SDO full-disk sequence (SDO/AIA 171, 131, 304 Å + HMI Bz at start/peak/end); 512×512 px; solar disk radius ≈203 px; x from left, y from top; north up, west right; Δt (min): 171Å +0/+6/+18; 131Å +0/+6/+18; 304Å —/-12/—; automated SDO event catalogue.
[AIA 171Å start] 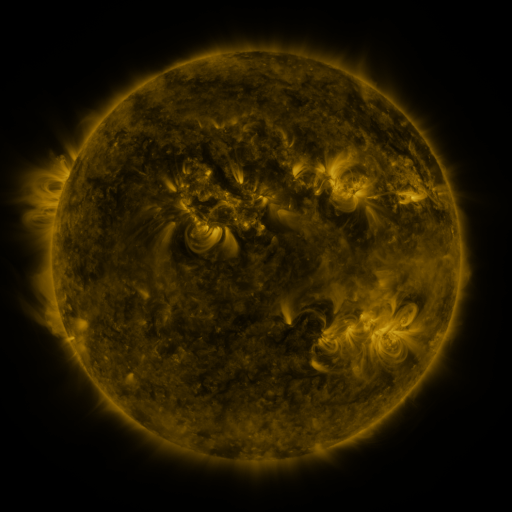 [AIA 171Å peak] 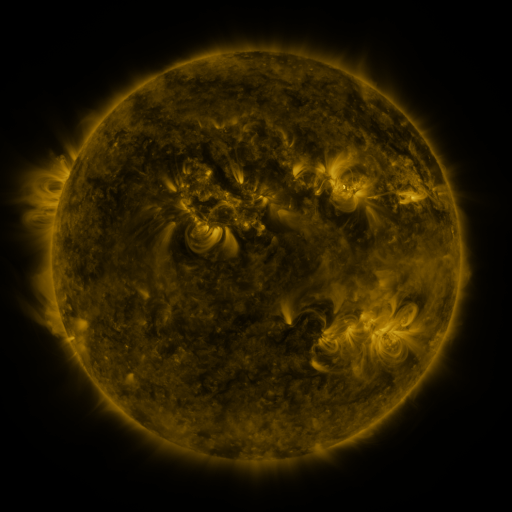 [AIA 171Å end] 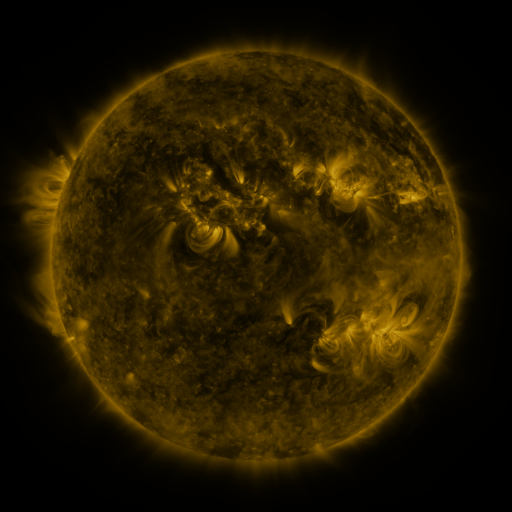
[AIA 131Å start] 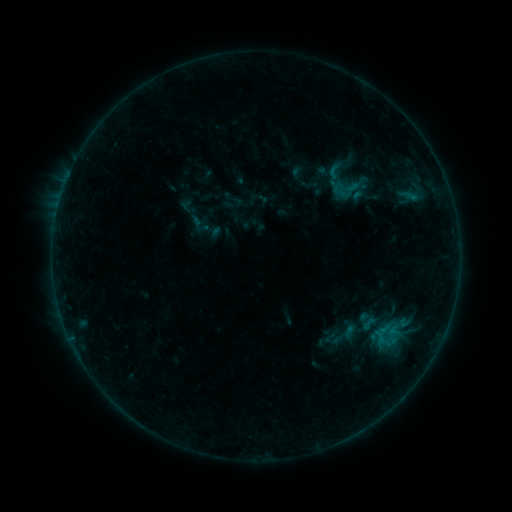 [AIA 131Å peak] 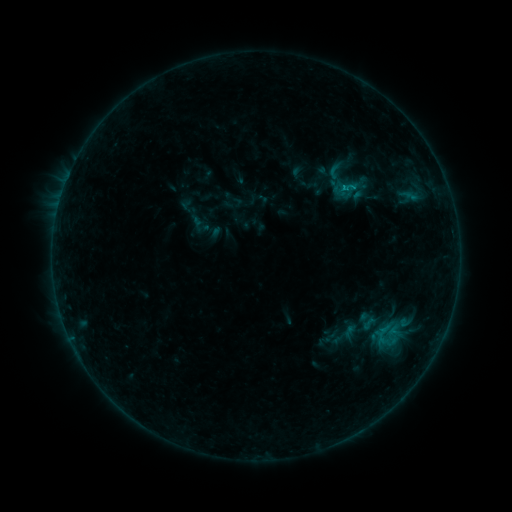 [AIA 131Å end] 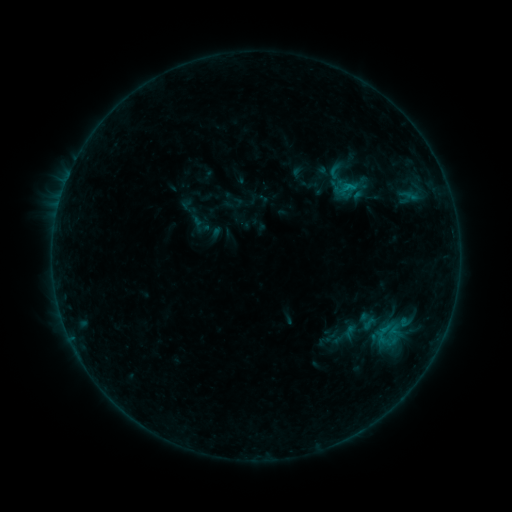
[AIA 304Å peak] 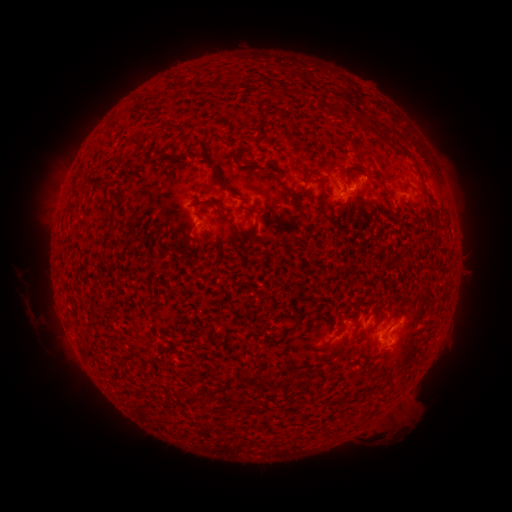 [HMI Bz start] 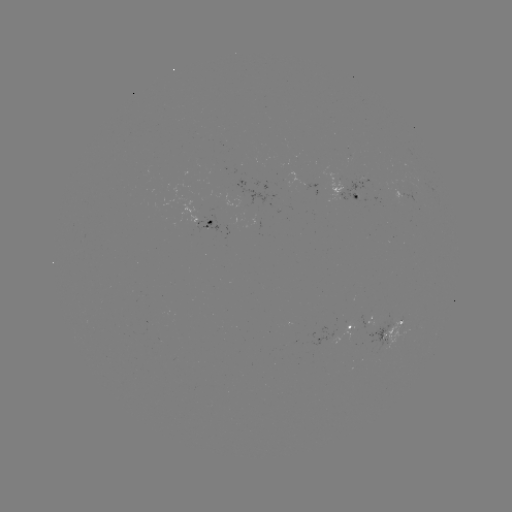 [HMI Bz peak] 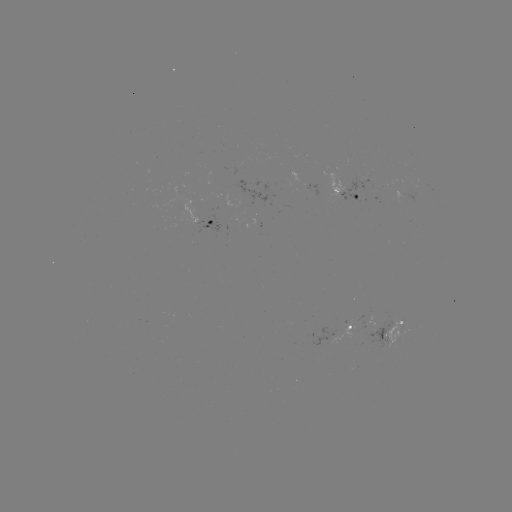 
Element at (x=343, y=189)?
B6.7 flare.